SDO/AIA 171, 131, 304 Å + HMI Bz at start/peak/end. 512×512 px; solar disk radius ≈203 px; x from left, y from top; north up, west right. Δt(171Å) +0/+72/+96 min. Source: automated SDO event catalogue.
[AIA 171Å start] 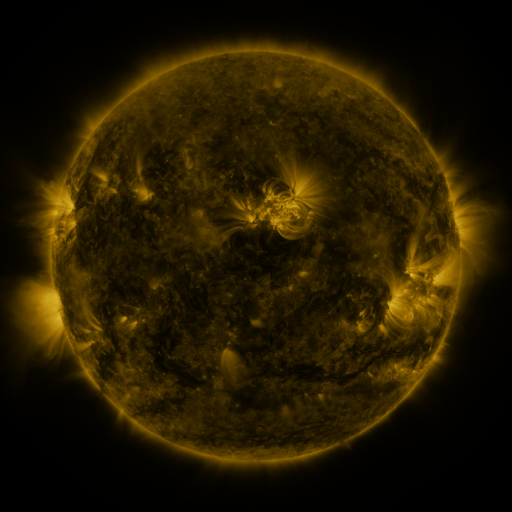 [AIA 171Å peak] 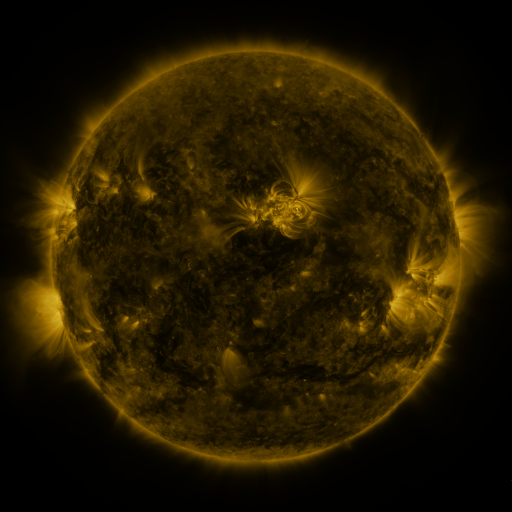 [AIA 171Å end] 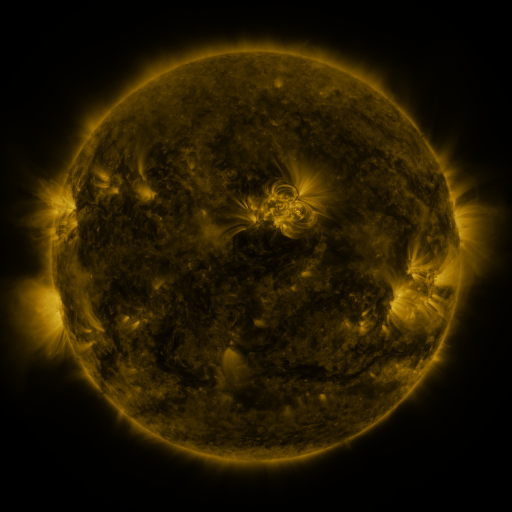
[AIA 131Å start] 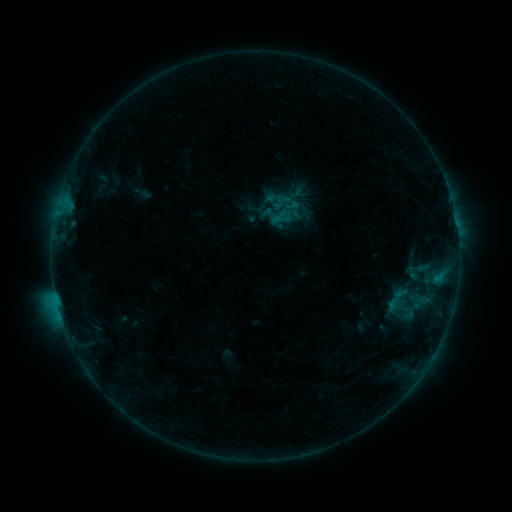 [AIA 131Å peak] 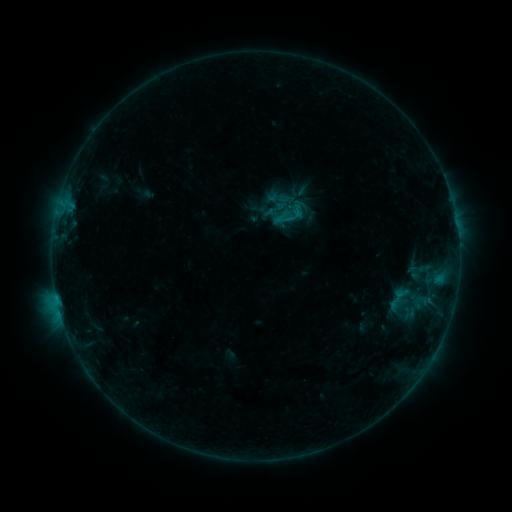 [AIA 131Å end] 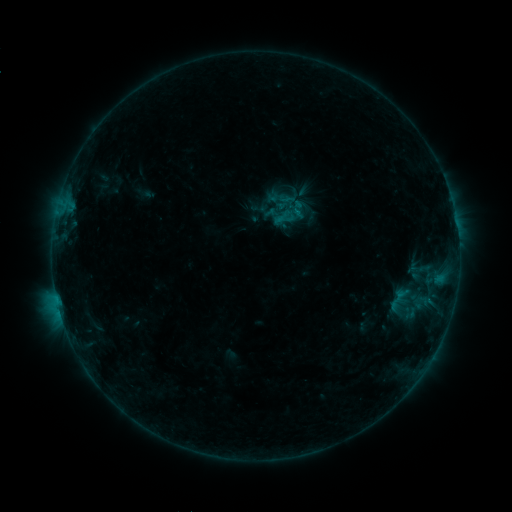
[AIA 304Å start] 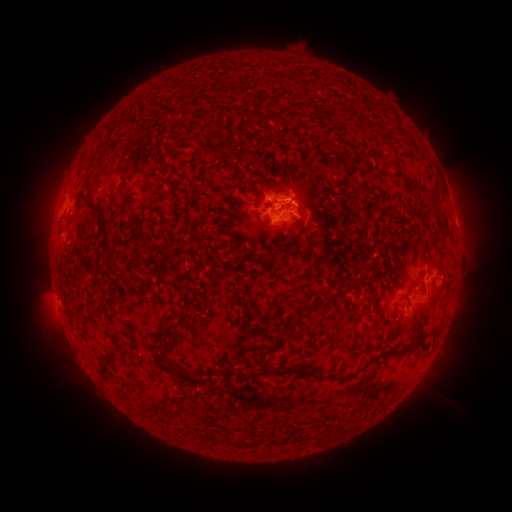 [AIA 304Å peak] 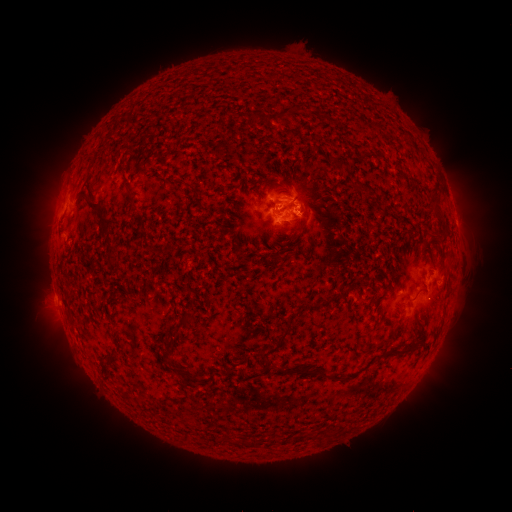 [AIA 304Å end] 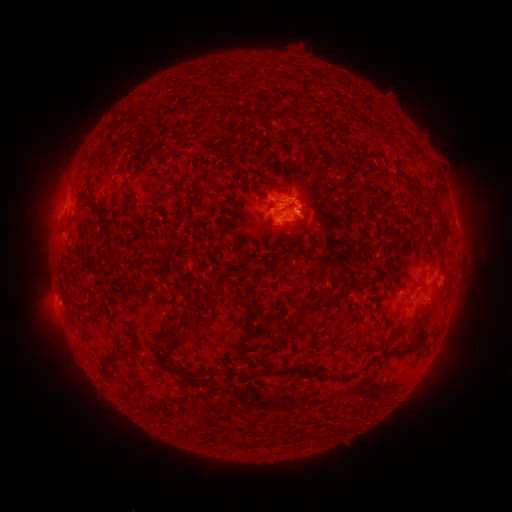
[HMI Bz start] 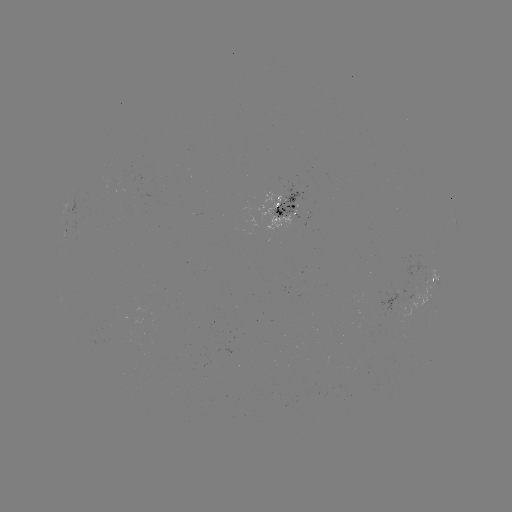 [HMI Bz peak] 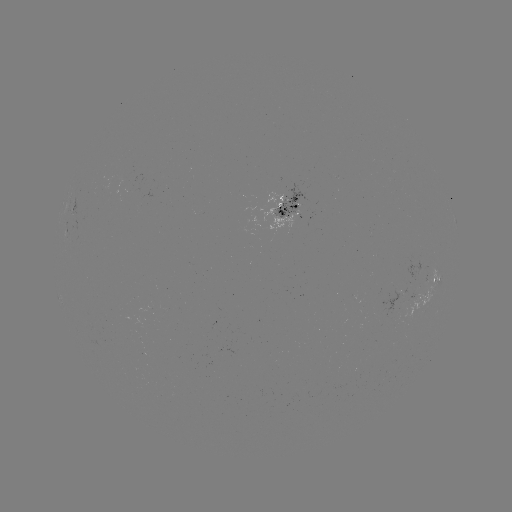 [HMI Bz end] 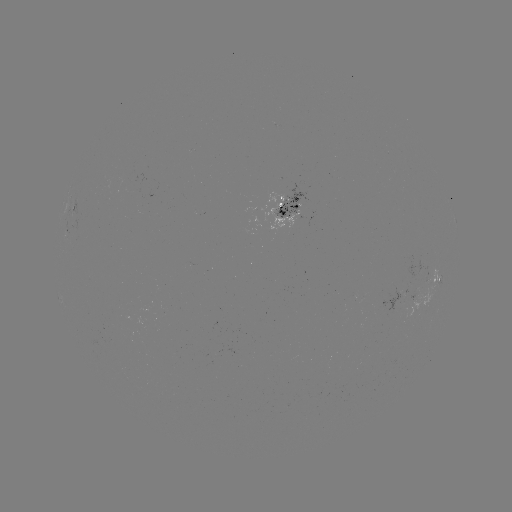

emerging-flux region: (260, 188, 301, 235)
